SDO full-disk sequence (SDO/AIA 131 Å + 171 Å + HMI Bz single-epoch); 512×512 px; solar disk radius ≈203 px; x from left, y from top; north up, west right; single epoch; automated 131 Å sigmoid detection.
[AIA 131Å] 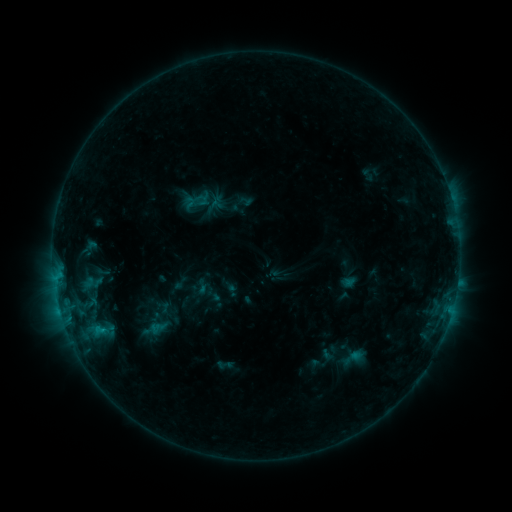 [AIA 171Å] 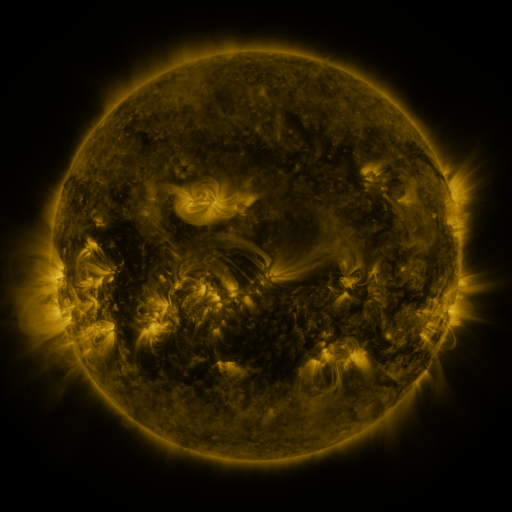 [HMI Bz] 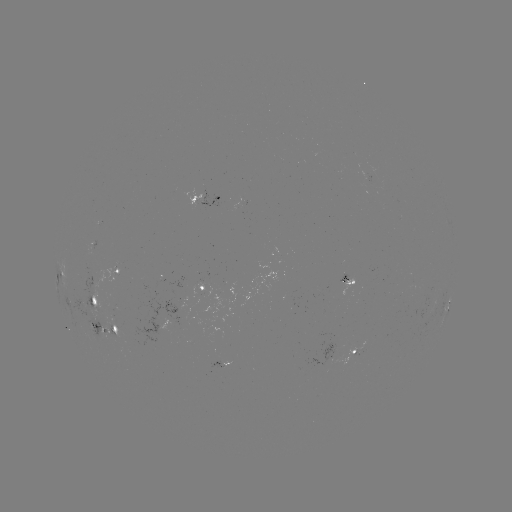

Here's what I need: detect sigmoid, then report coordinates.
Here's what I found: sigmoid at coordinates (190, 203).